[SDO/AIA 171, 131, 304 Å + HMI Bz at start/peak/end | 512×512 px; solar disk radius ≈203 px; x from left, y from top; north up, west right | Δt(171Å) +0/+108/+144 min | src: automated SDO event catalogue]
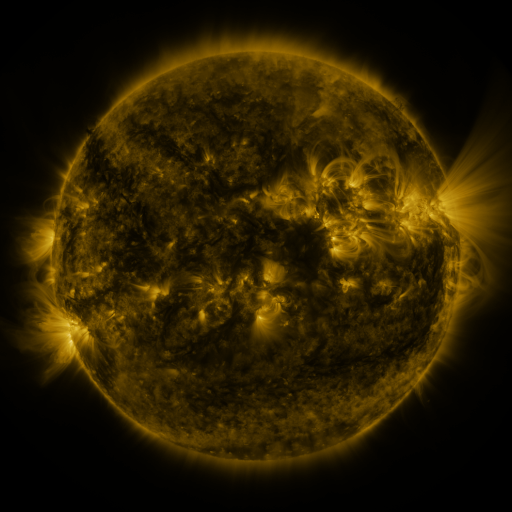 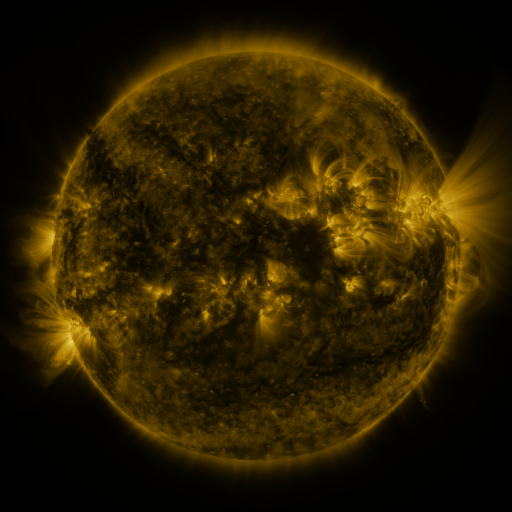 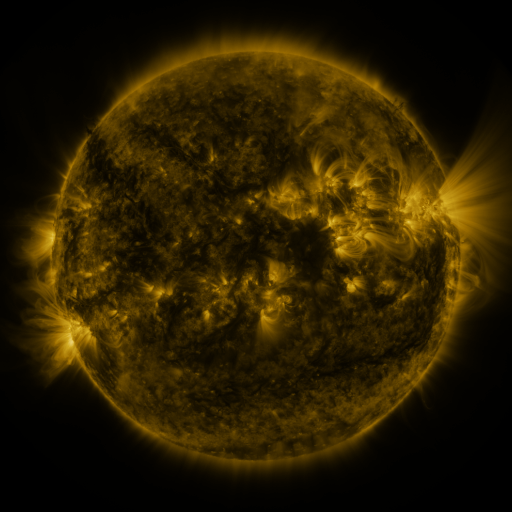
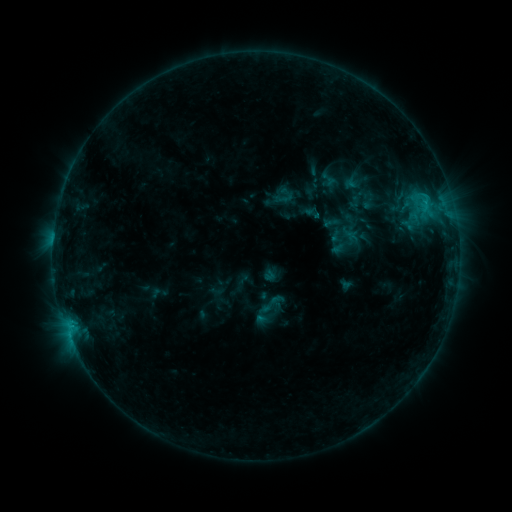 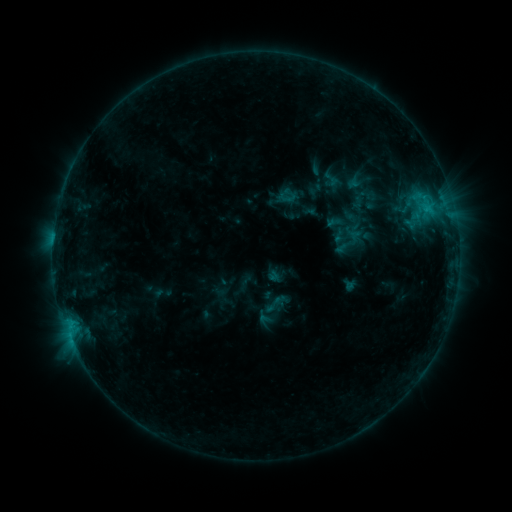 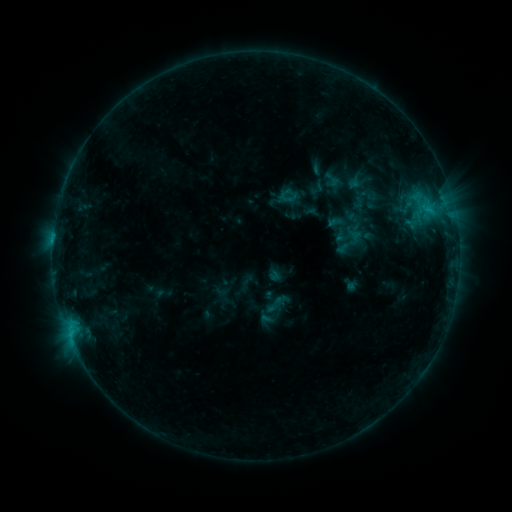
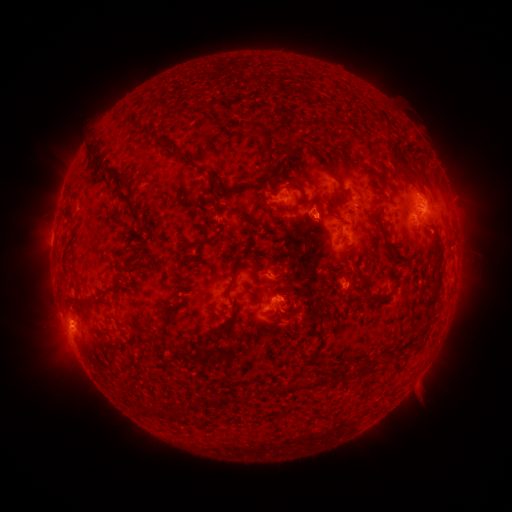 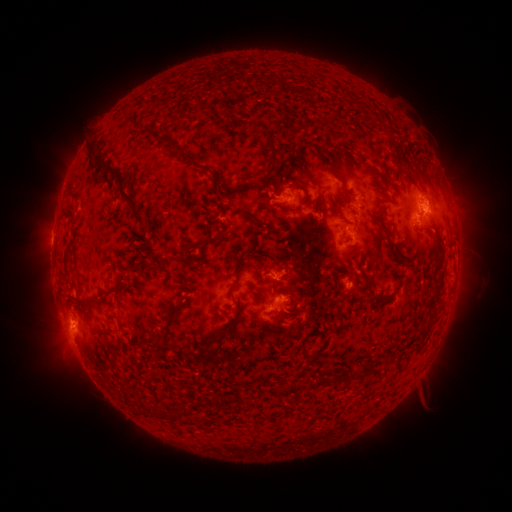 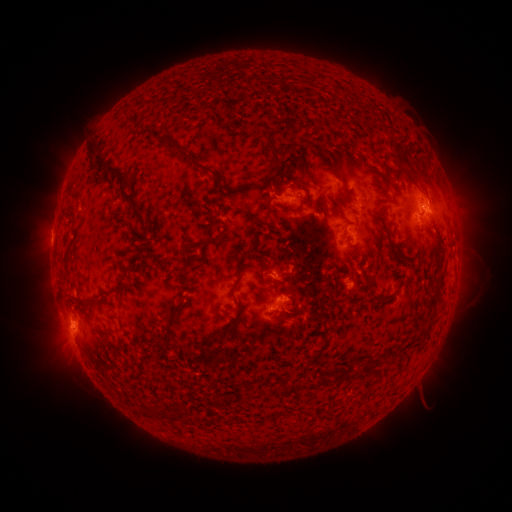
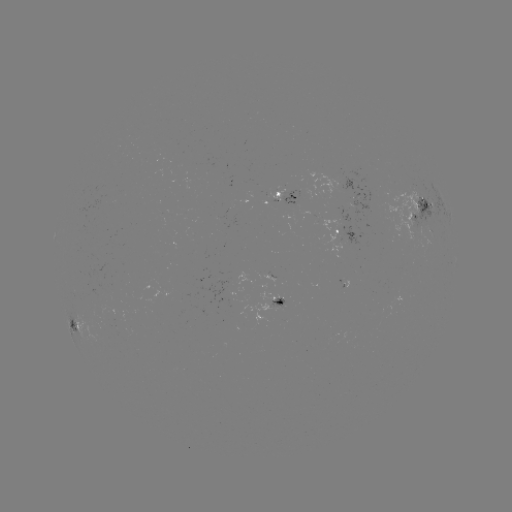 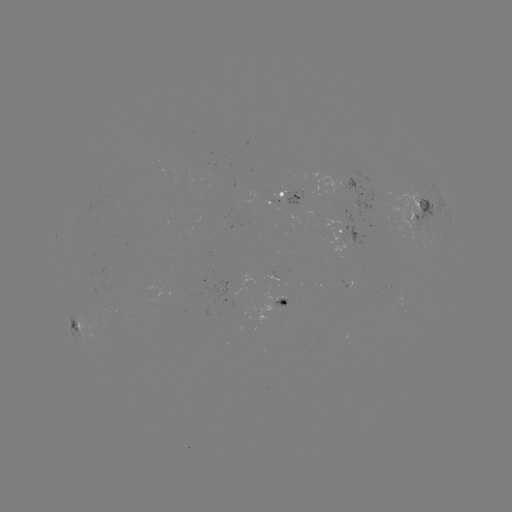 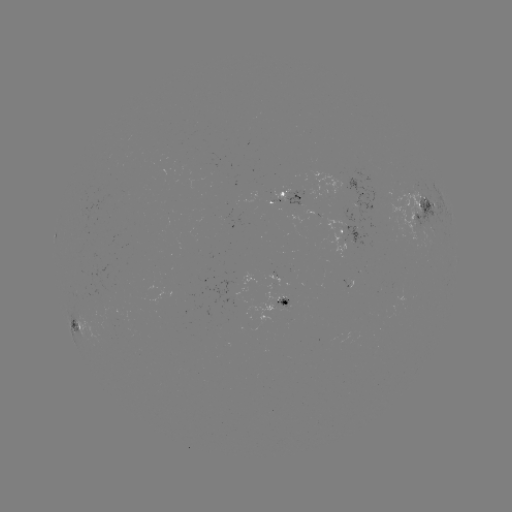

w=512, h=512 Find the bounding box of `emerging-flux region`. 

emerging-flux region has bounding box [83, 290, 119, 314].